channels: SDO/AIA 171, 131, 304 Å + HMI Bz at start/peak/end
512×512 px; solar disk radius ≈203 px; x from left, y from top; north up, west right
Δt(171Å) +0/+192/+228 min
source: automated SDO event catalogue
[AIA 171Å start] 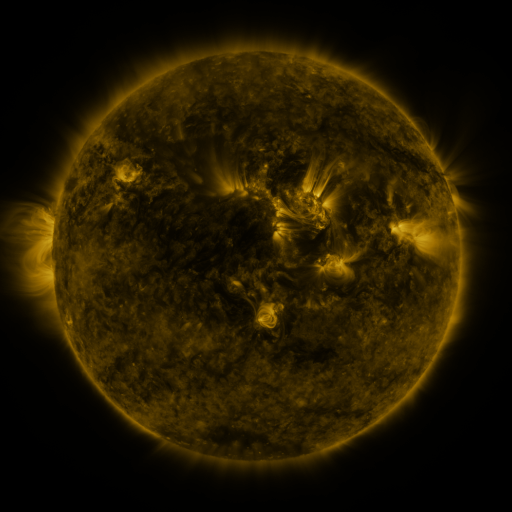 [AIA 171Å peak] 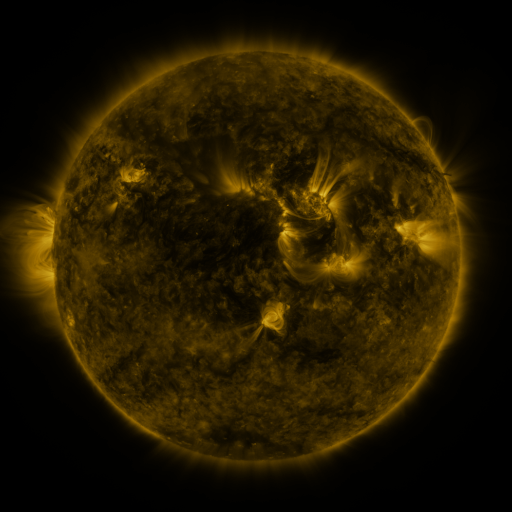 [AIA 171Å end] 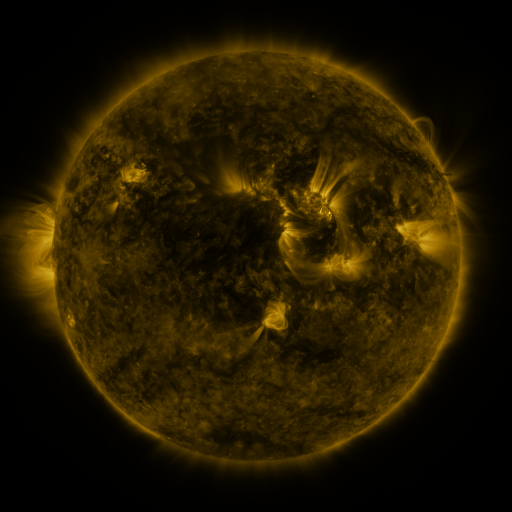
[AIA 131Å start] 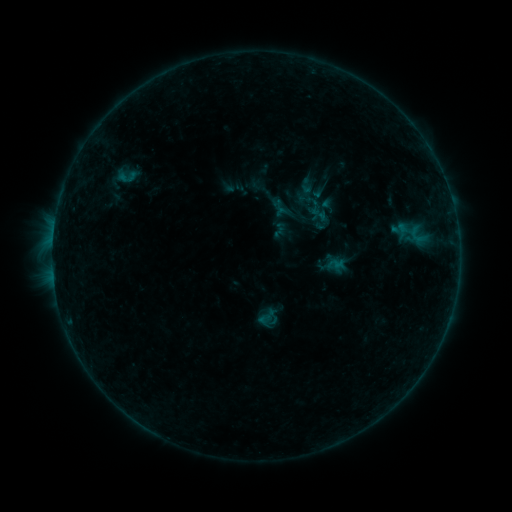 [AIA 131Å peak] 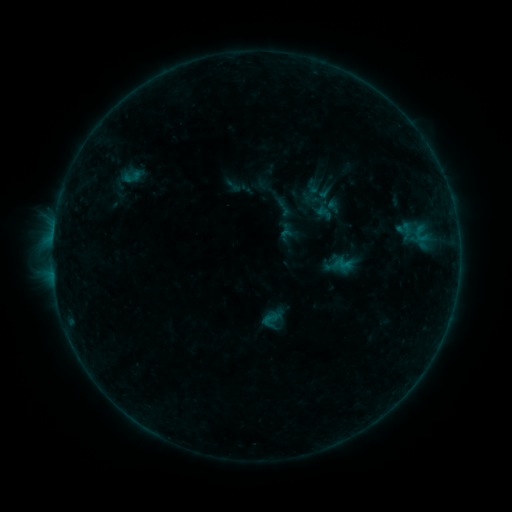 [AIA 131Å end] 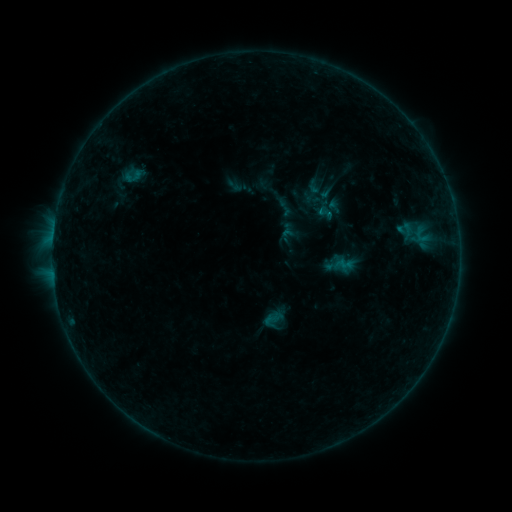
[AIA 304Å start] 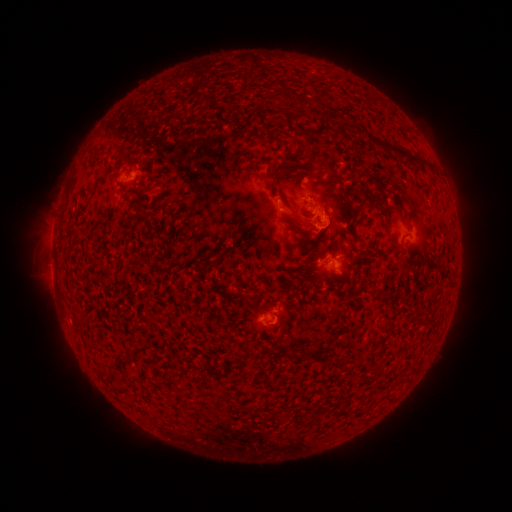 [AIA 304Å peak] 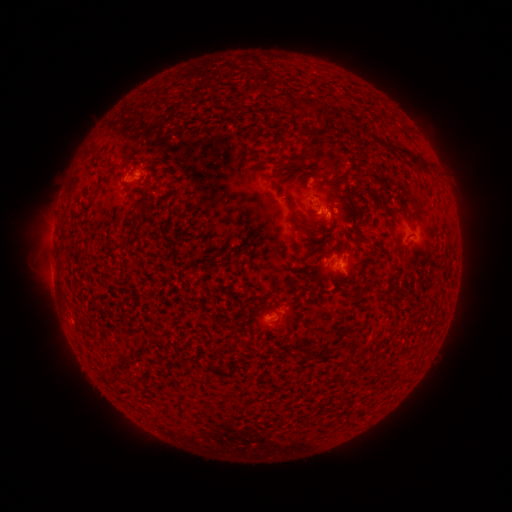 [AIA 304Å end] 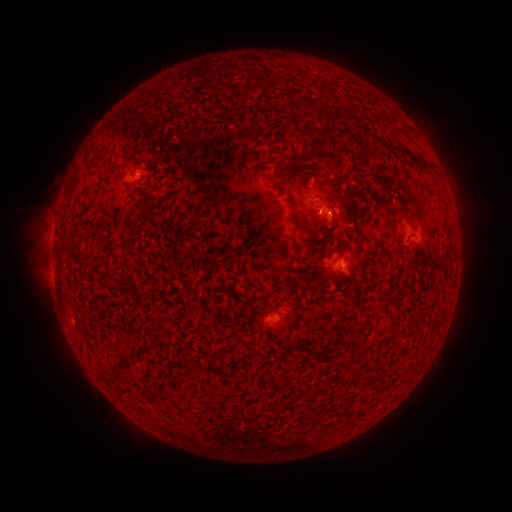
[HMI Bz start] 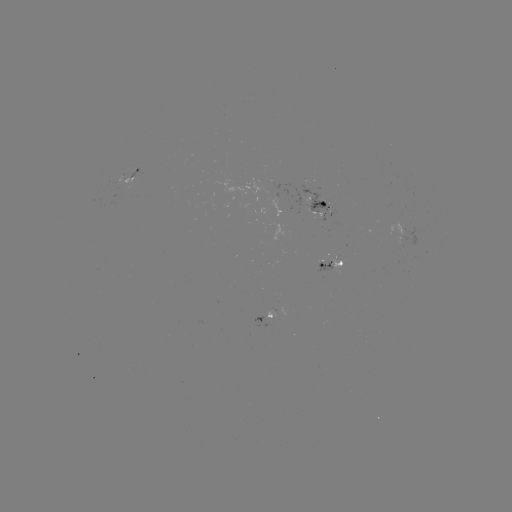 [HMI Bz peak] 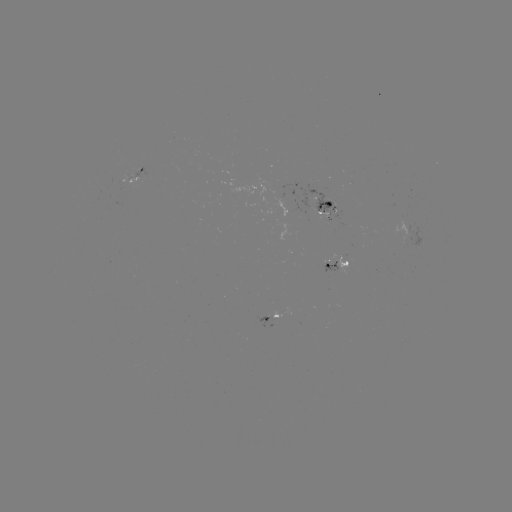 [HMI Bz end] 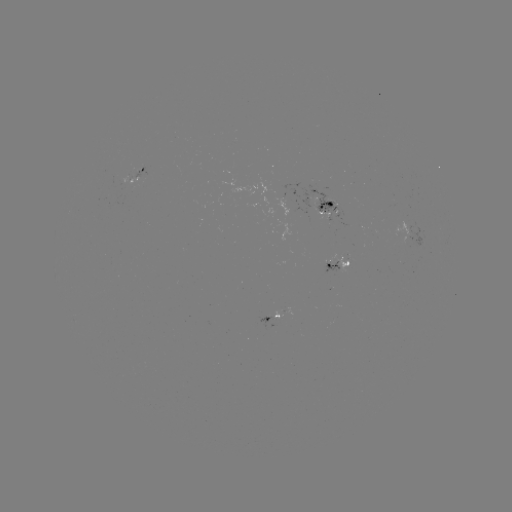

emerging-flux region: [308, 197, 342, 221]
